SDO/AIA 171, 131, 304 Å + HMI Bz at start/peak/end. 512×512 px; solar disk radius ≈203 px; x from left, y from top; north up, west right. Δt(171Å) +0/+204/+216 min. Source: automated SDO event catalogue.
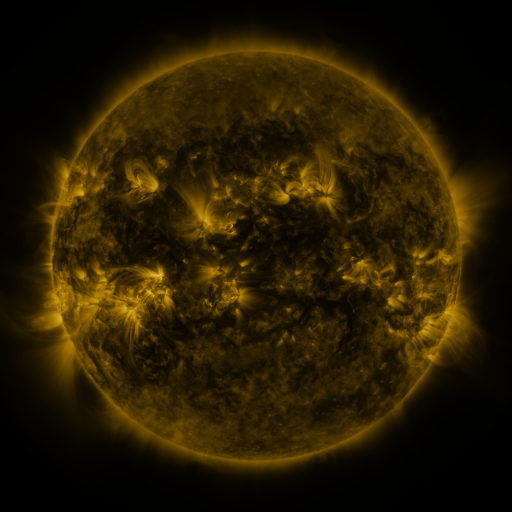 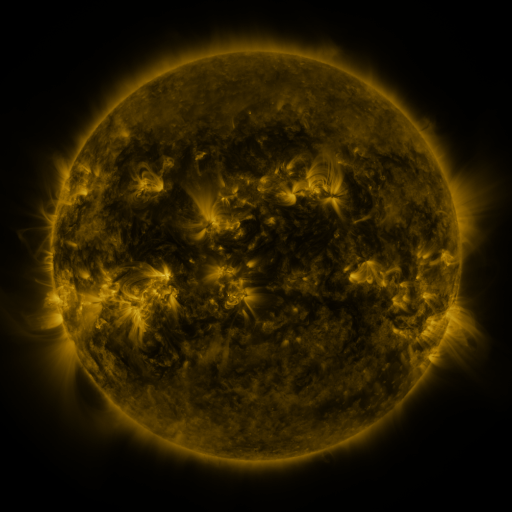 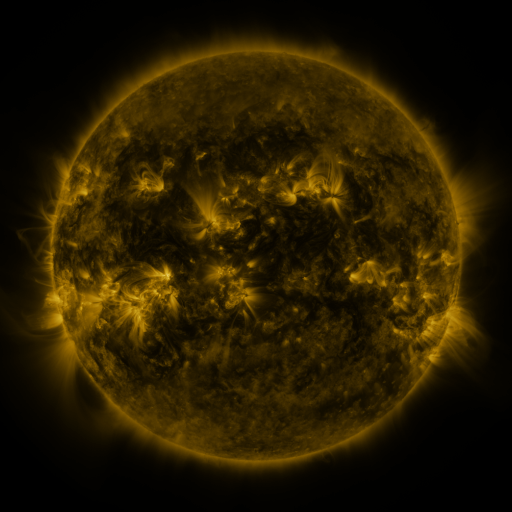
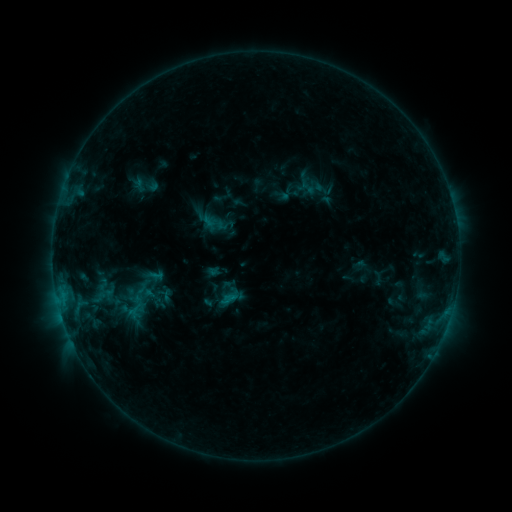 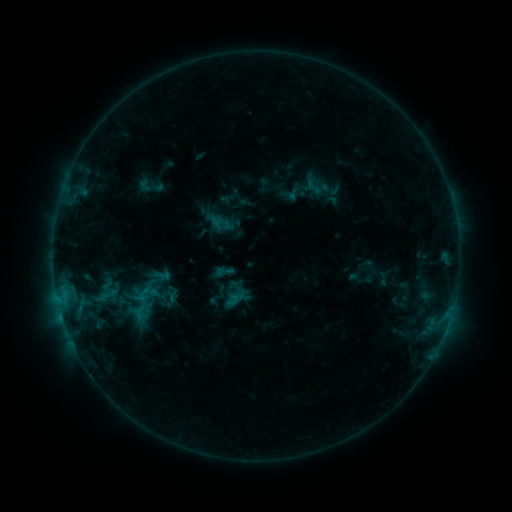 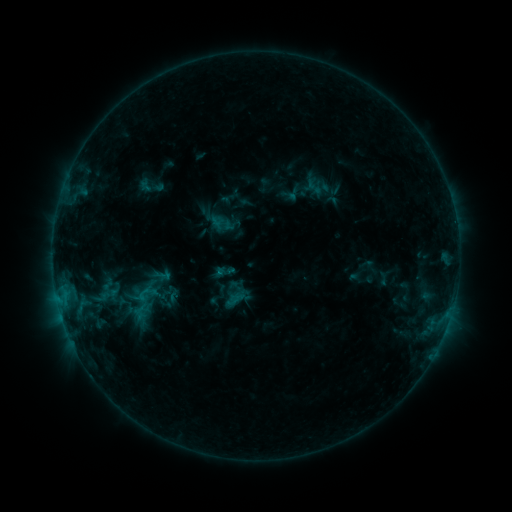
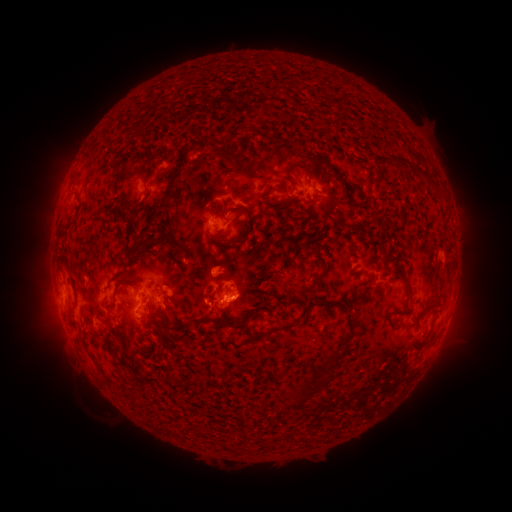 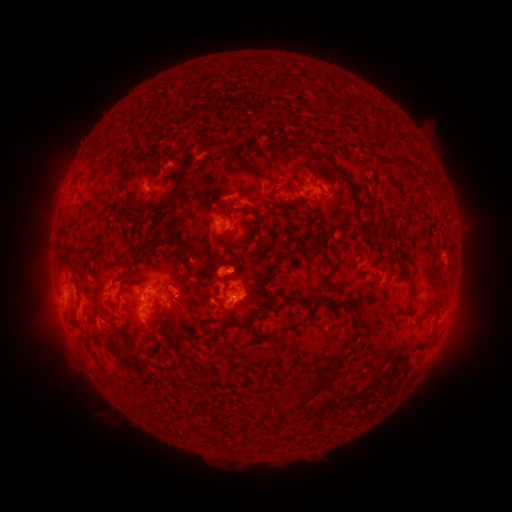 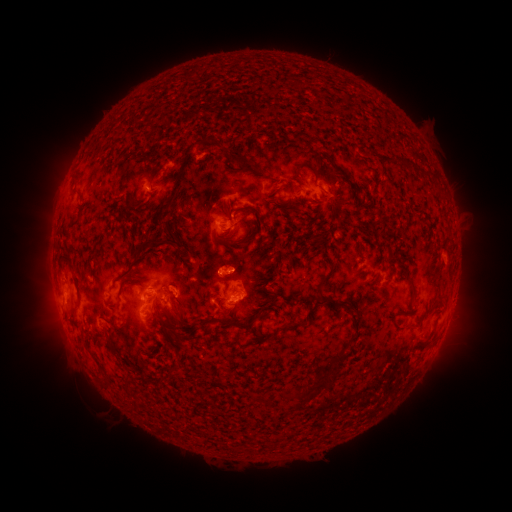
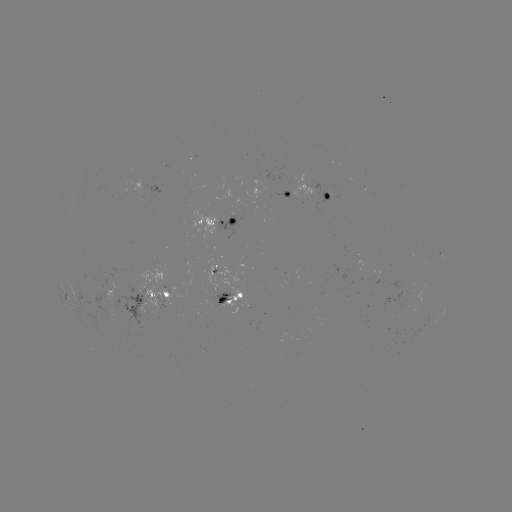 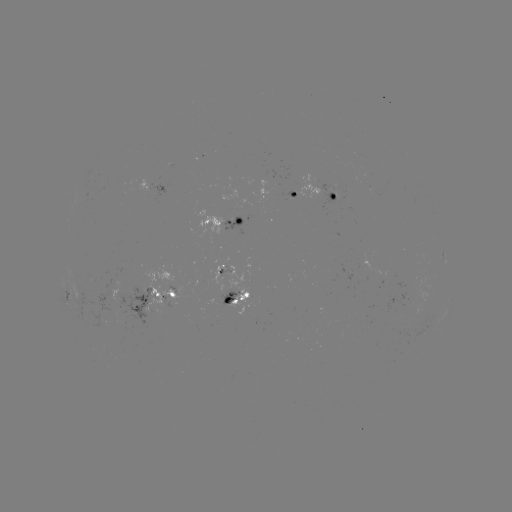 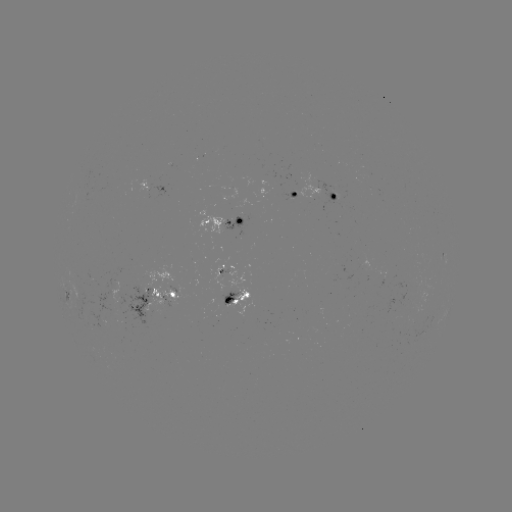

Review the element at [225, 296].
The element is emerging-flux region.